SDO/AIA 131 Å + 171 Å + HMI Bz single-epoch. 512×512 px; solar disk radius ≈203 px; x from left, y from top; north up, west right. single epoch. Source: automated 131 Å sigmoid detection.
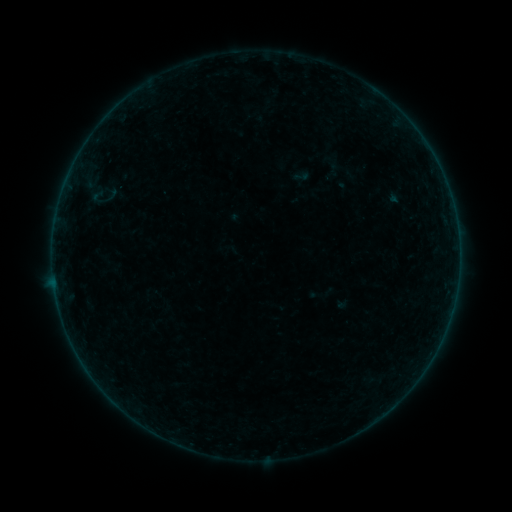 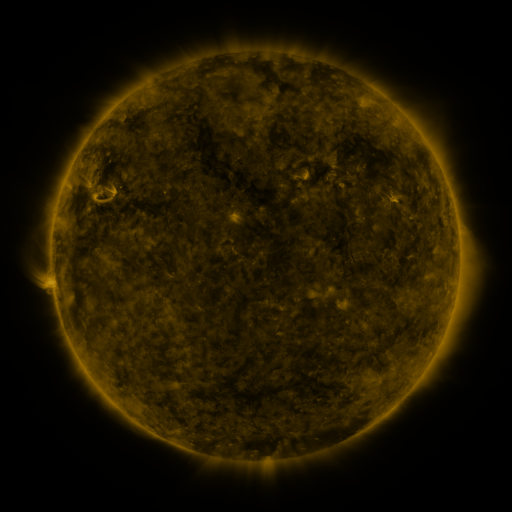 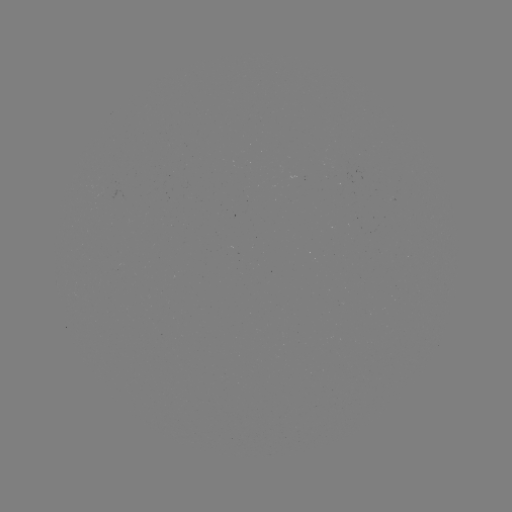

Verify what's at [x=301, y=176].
sigmoid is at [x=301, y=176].